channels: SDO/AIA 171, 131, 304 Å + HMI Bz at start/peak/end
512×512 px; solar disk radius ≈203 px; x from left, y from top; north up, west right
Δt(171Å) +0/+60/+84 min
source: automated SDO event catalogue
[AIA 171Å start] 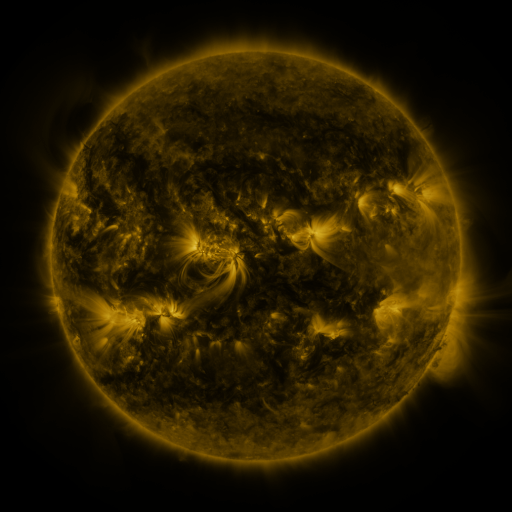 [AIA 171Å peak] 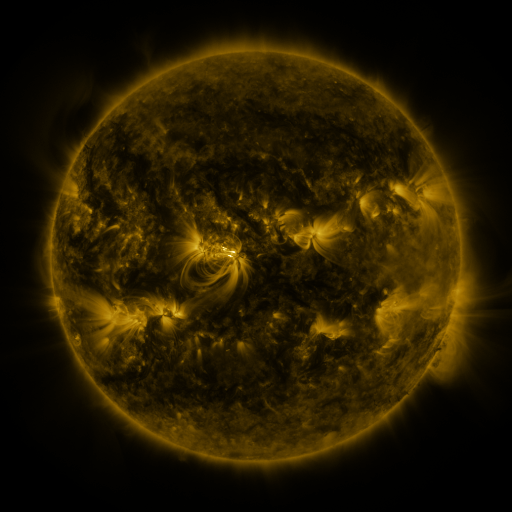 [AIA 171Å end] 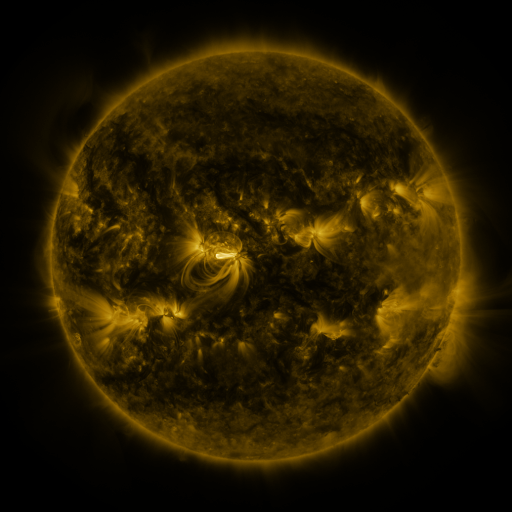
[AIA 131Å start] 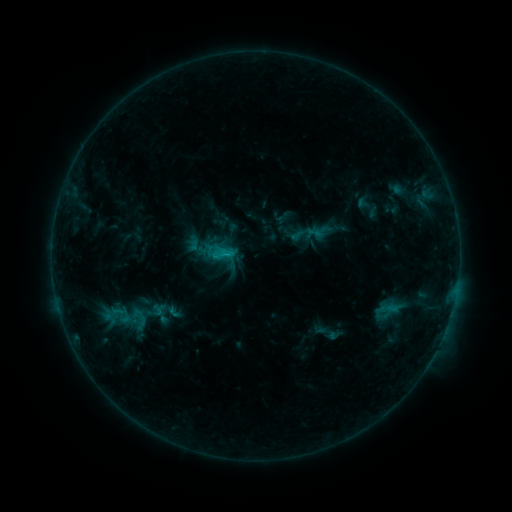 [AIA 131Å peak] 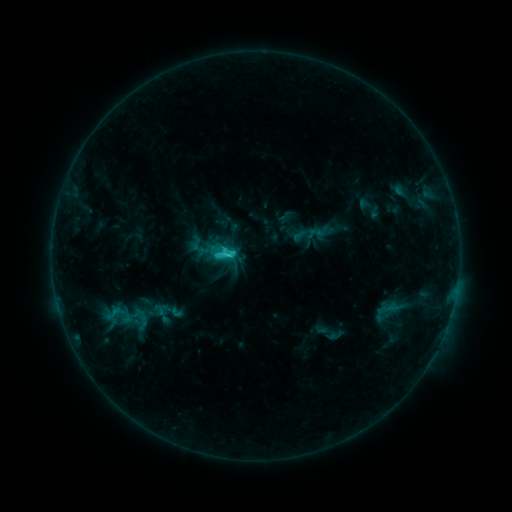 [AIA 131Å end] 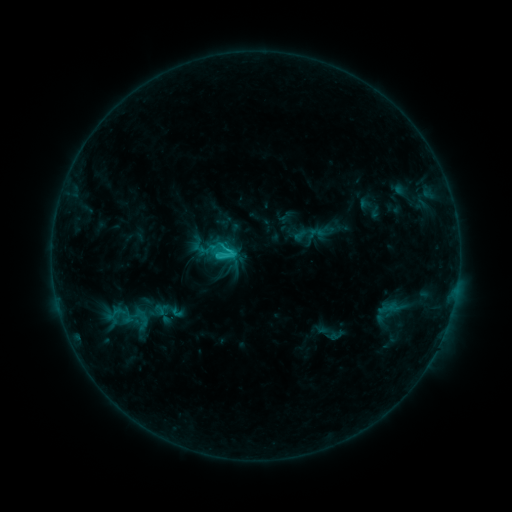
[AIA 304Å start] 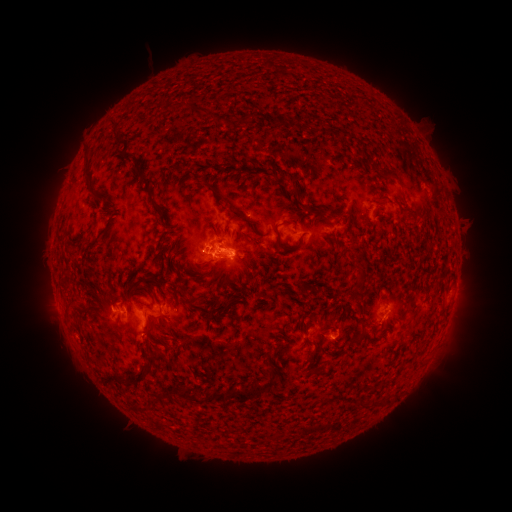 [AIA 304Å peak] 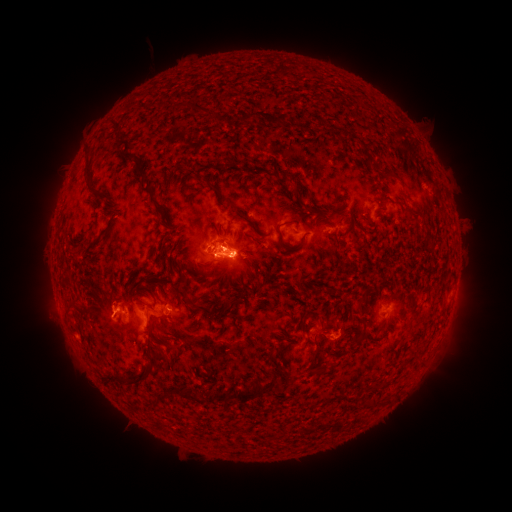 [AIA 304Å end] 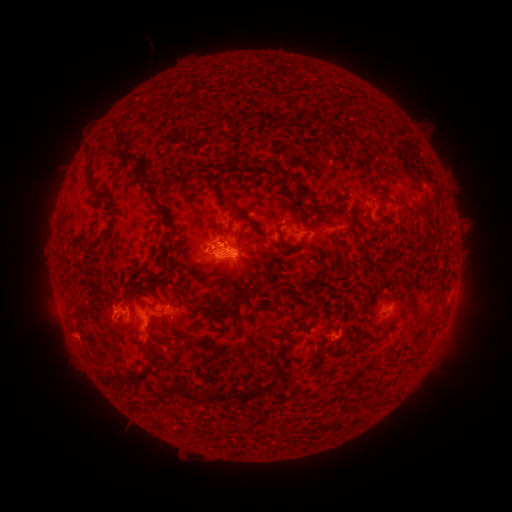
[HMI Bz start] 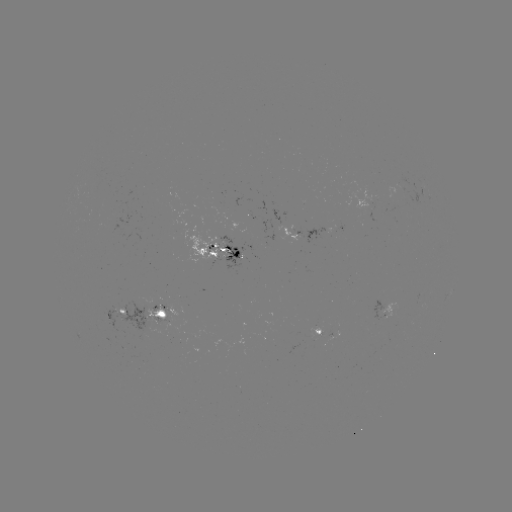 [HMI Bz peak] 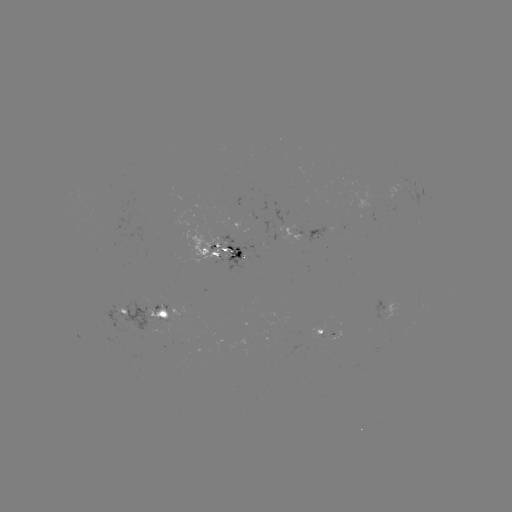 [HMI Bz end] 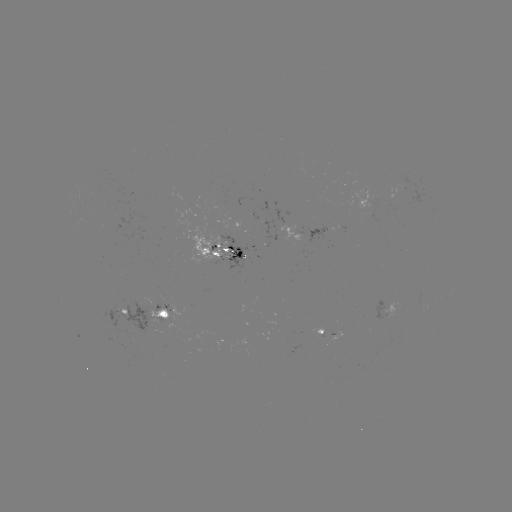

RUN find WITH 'emerging-flux region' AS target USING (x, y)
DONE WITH (230, 255) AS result